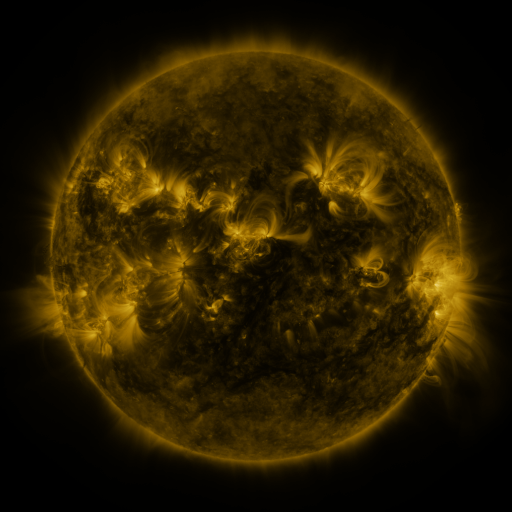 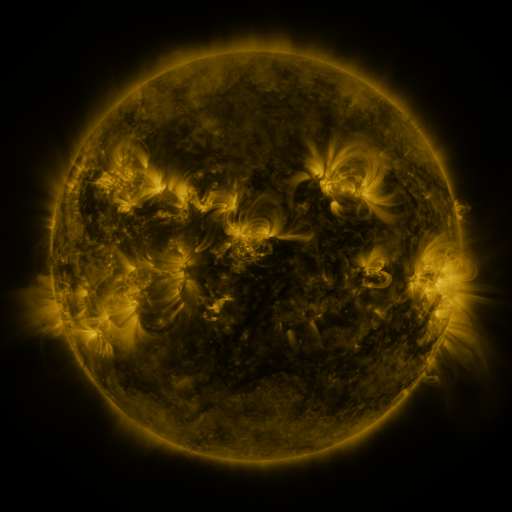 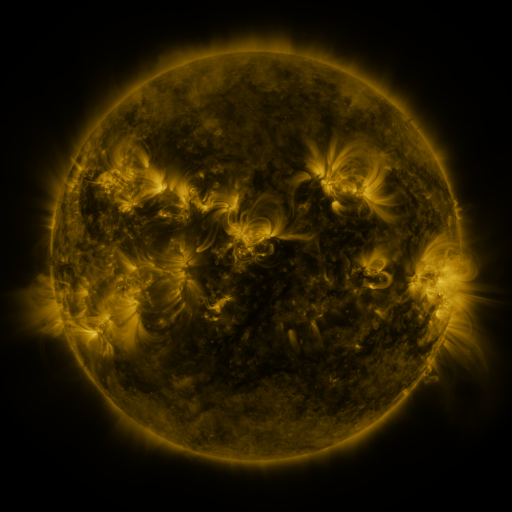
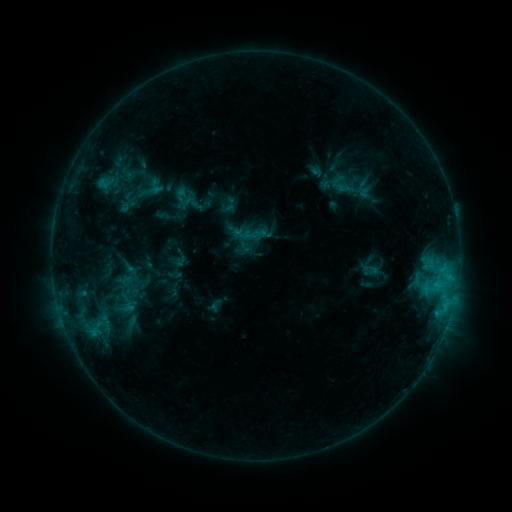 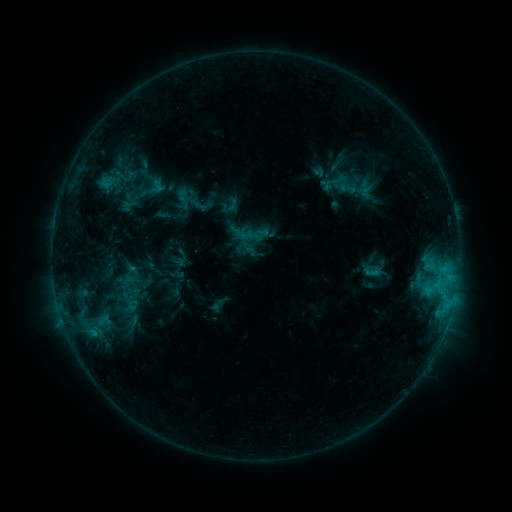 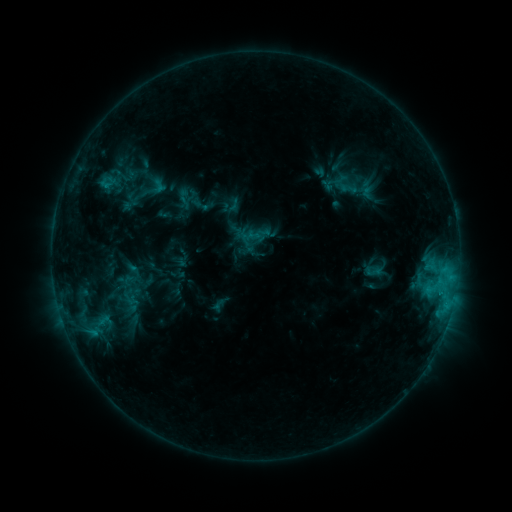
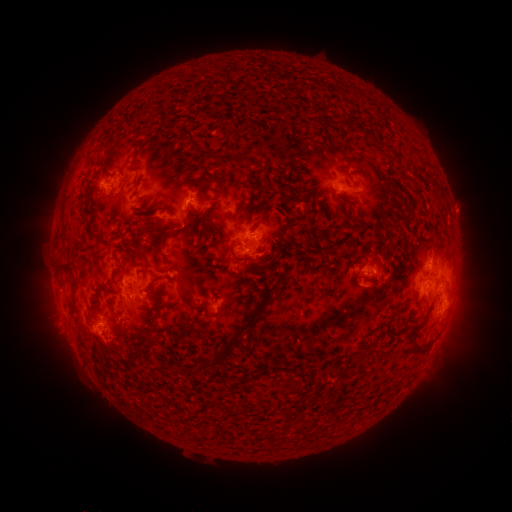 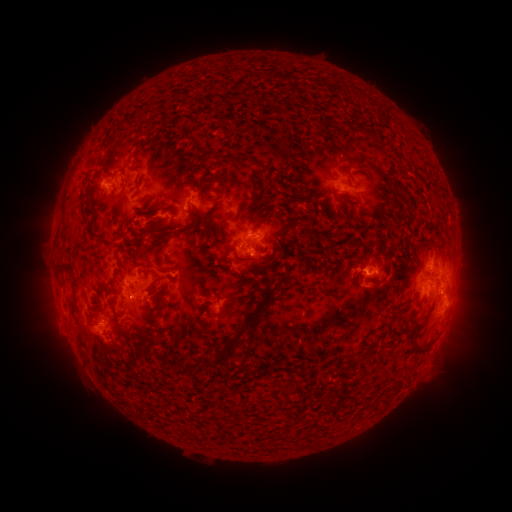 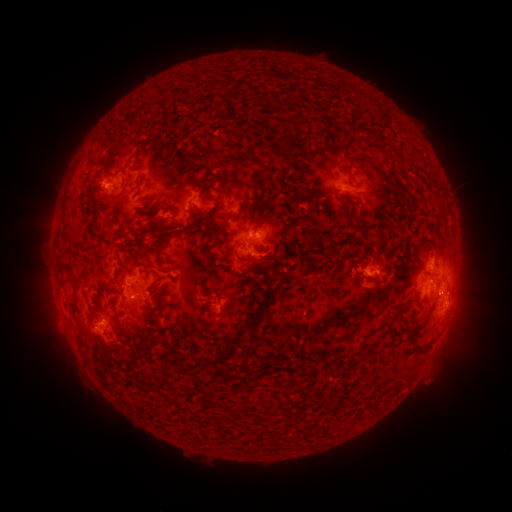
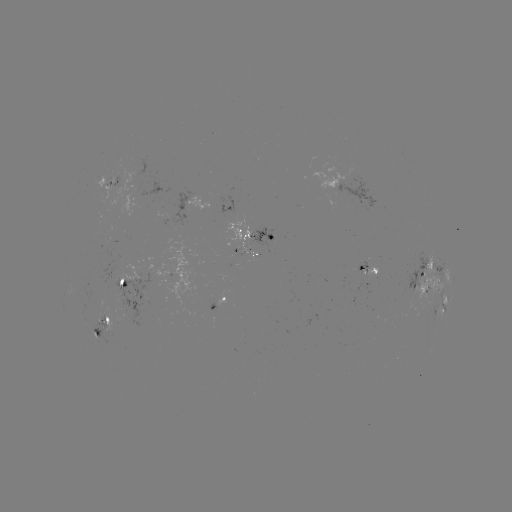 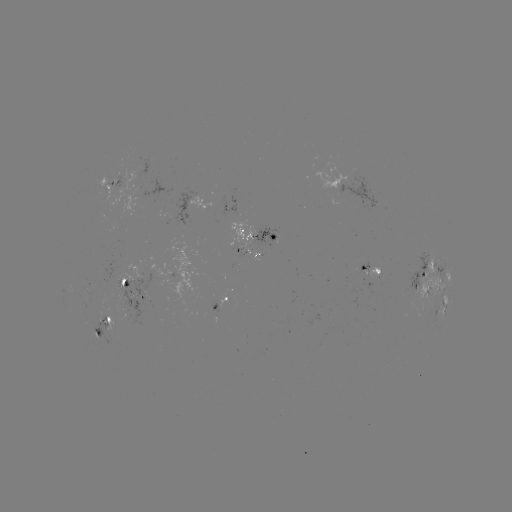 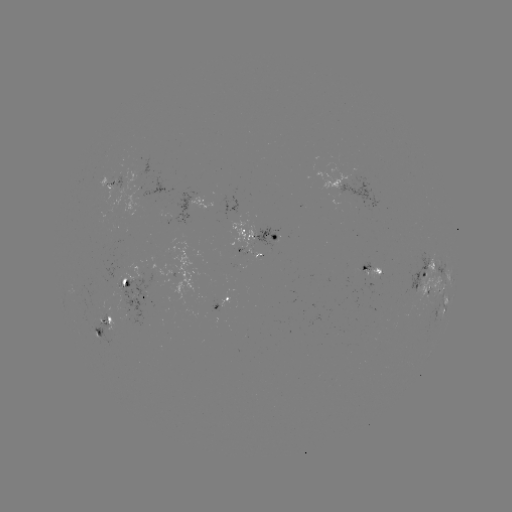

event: emerging-flux region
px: (223, 298)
